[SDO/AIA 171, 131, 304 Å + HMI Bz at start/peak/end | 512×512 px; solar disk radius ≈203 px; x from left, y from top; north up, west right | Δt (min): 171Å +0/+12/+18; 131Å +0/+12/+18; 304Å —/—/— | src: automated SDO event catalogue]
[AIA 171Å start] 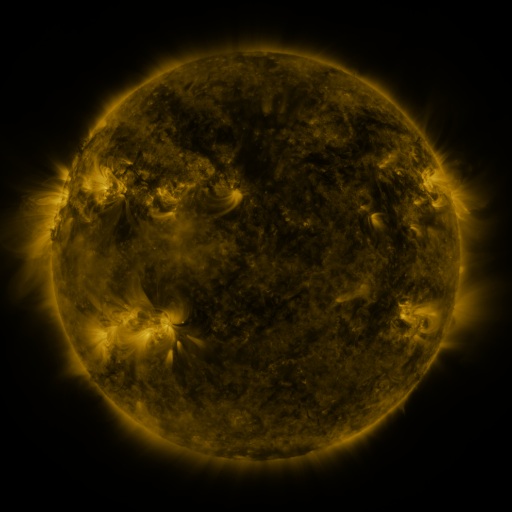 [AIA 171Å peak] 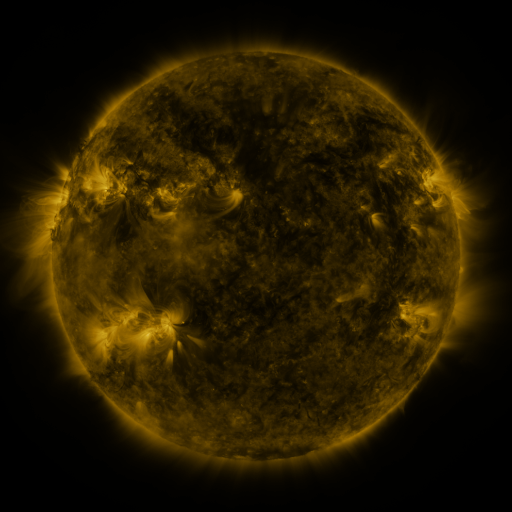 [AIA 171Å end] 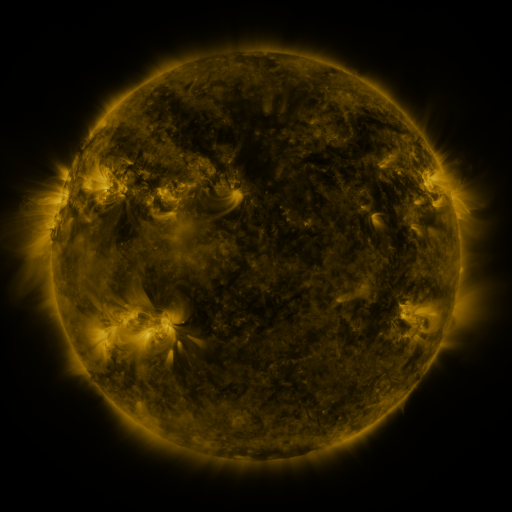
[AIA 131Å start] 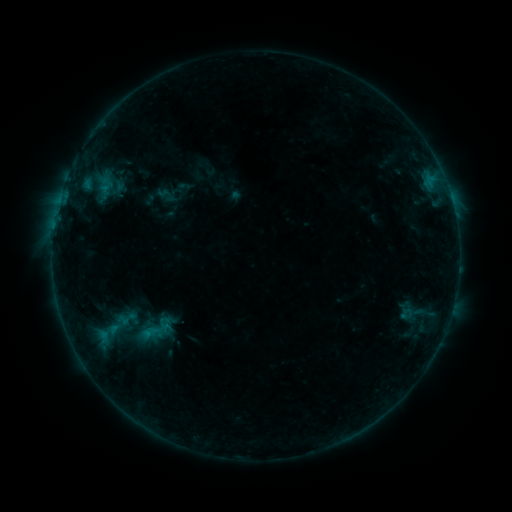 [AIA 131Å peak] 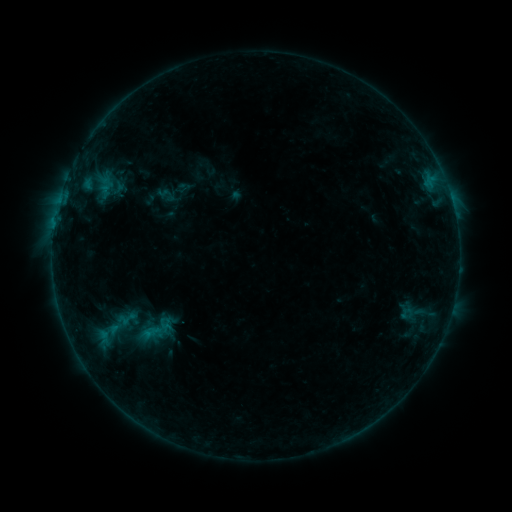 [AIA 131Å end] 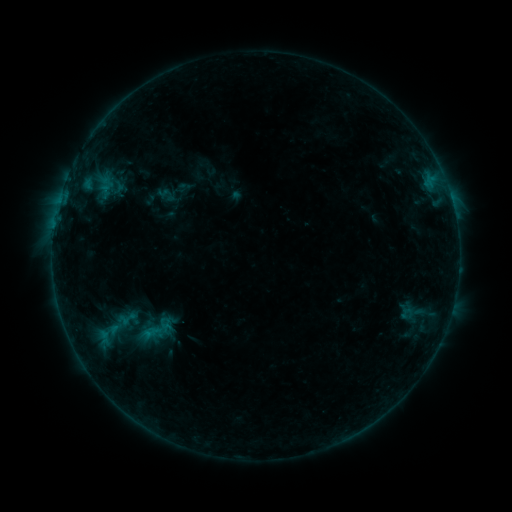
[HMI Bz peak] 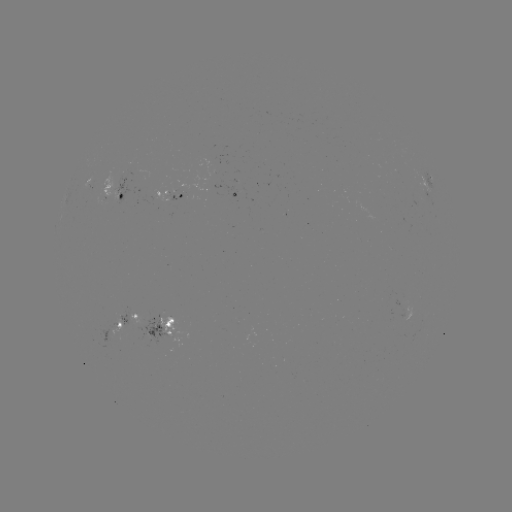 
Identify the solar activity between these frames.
eruption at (278, 251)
